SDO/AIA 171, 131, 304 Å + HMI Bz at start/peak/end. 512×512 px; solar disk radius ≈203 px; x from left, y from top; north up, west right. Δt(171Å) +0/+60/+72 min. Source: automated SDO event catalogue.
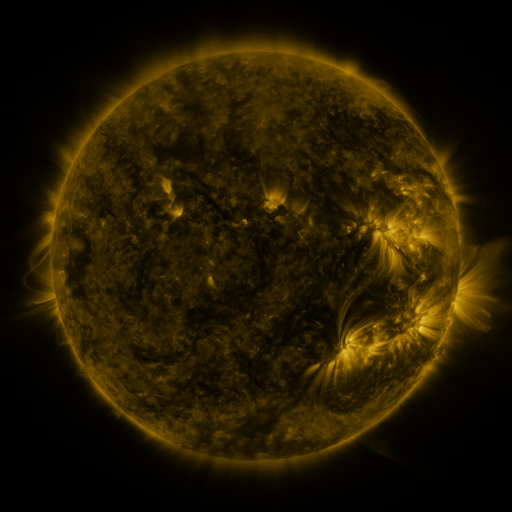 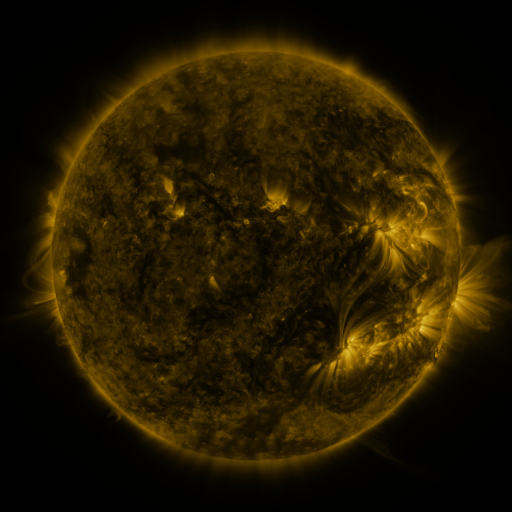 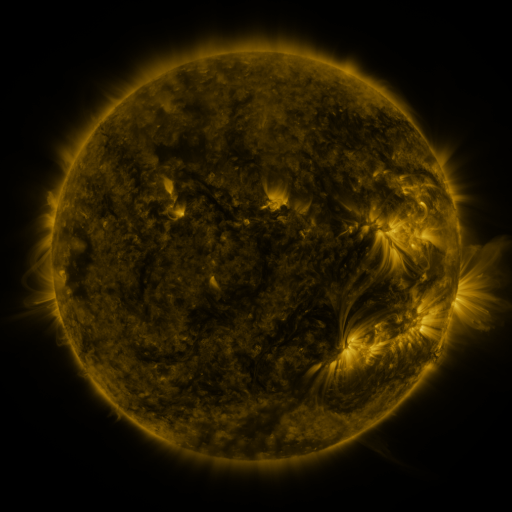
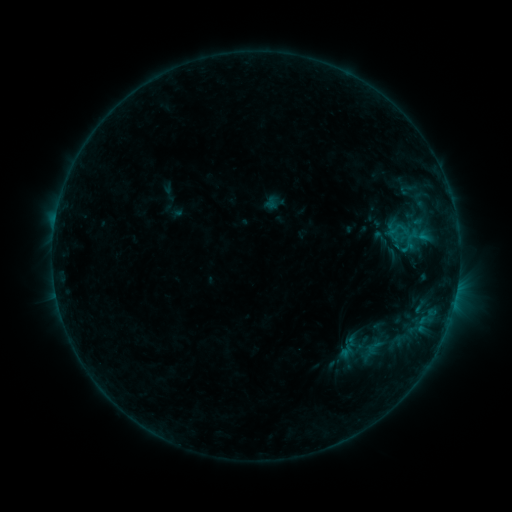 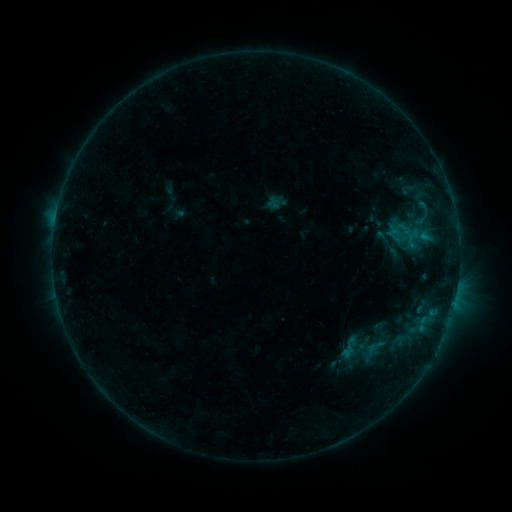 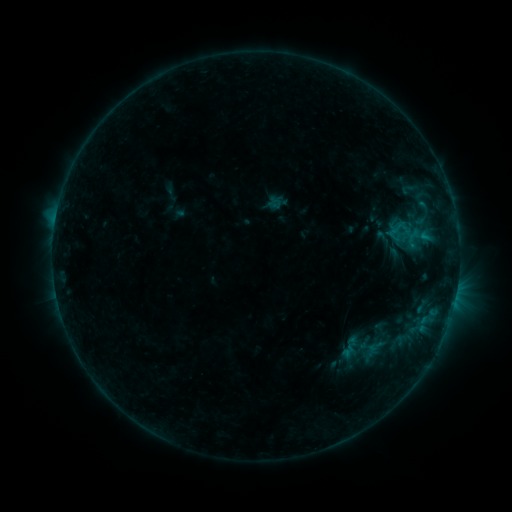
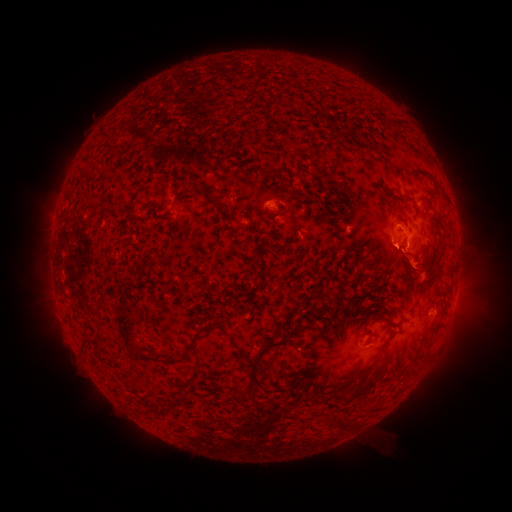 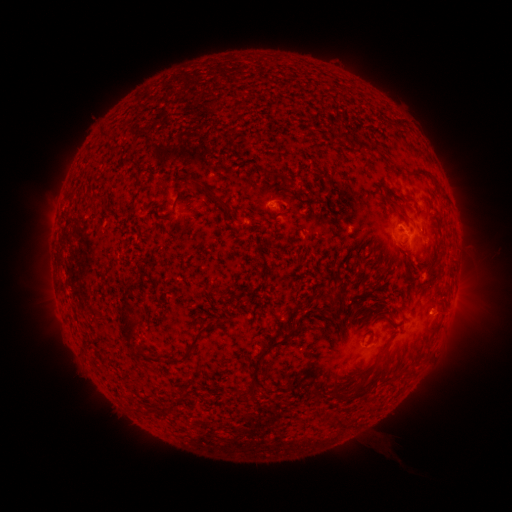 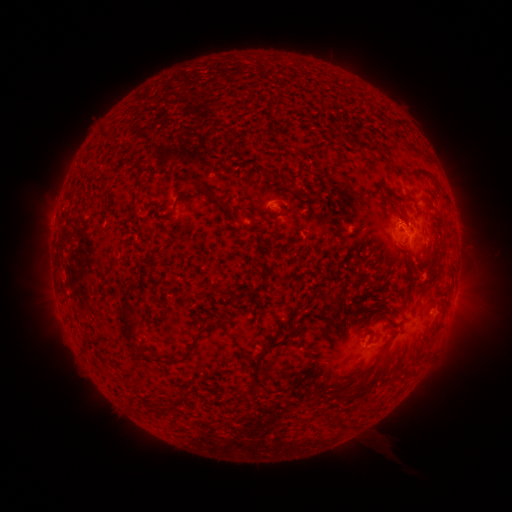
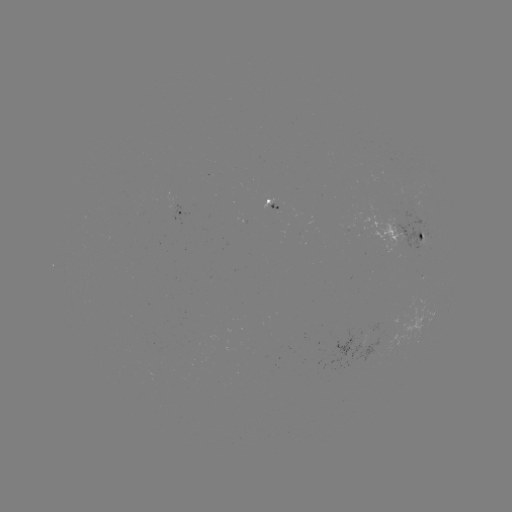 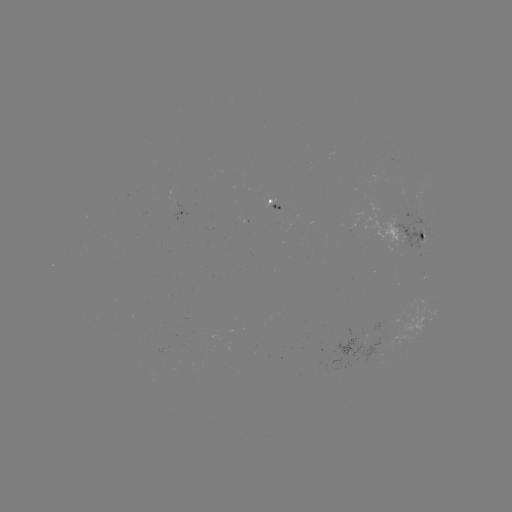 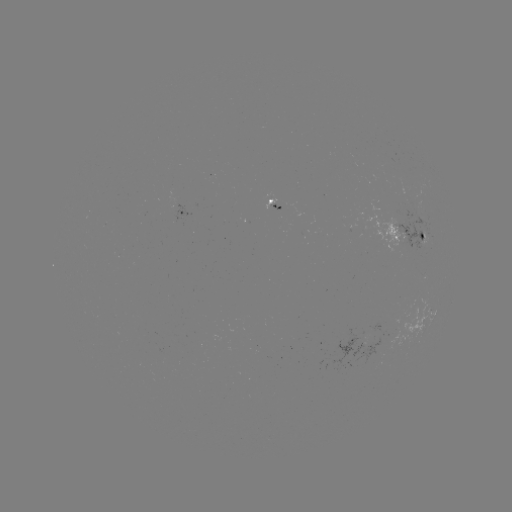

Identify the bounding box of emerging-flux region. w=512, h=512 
[410, 201, 421, 215].